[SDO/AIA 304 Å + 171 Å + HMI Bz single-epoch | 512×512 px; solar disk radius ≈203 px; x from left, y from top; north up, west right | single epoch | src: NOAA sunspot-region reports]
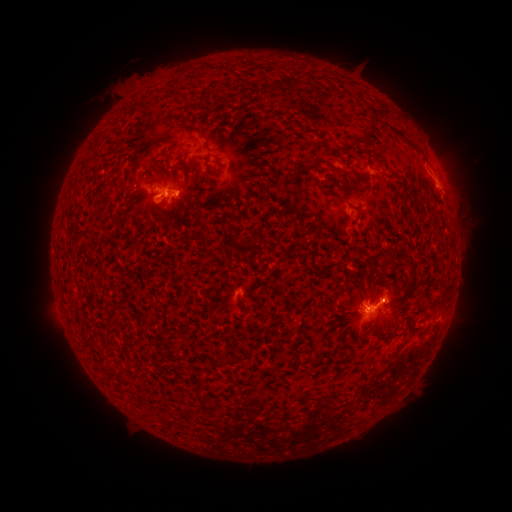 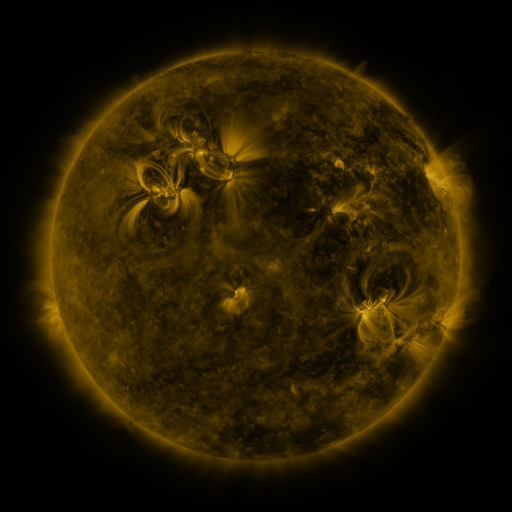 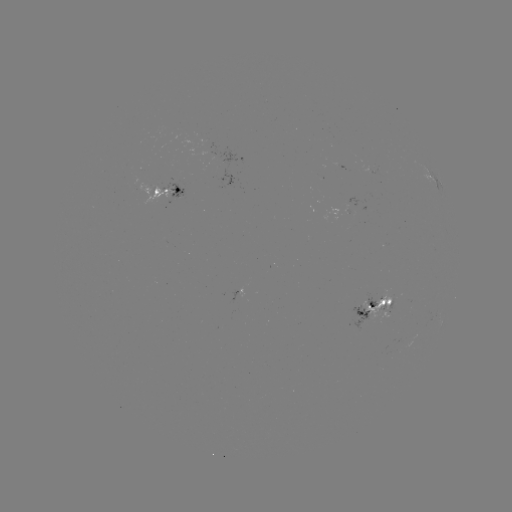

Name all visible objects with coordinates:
spotted active region: (436, 182)
spotted active region: (171, 188)
spotted active region: (375, 310)
